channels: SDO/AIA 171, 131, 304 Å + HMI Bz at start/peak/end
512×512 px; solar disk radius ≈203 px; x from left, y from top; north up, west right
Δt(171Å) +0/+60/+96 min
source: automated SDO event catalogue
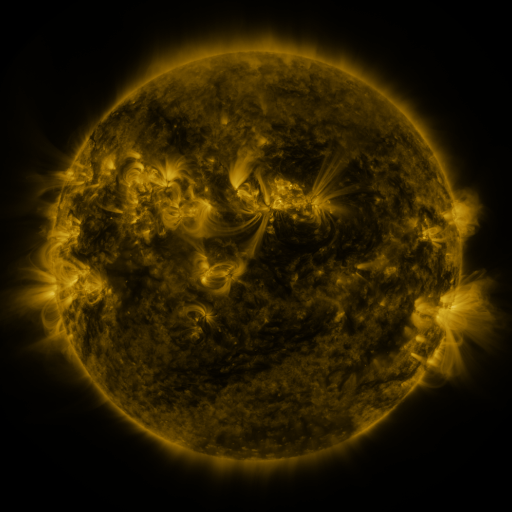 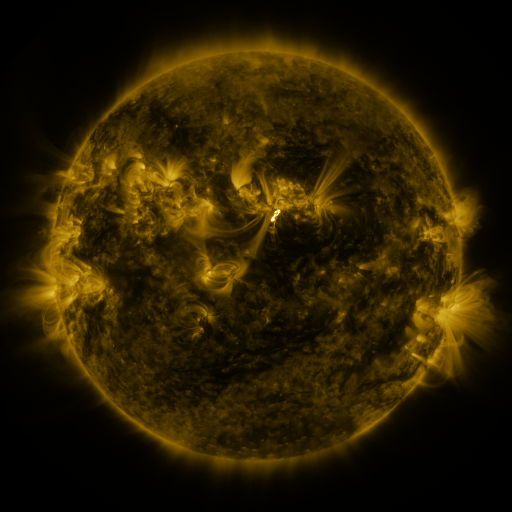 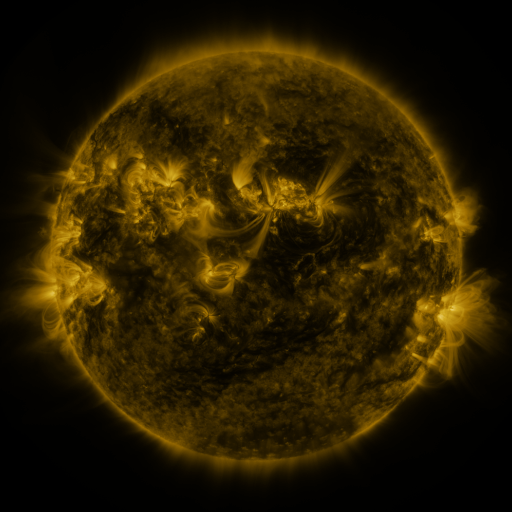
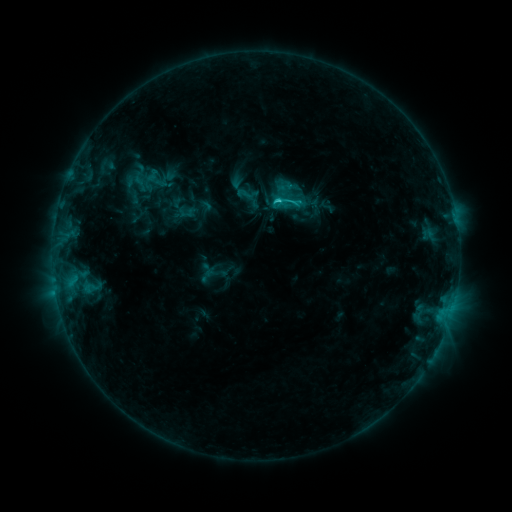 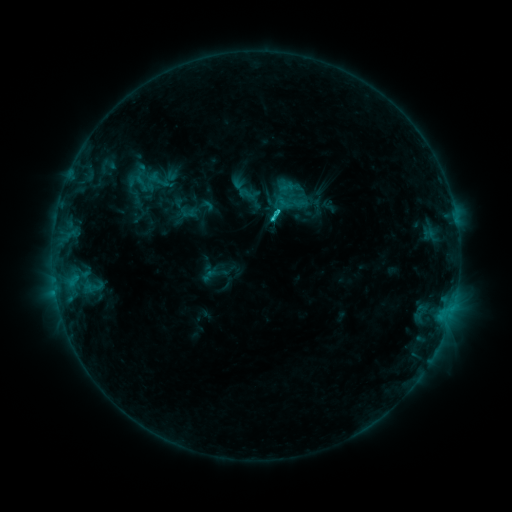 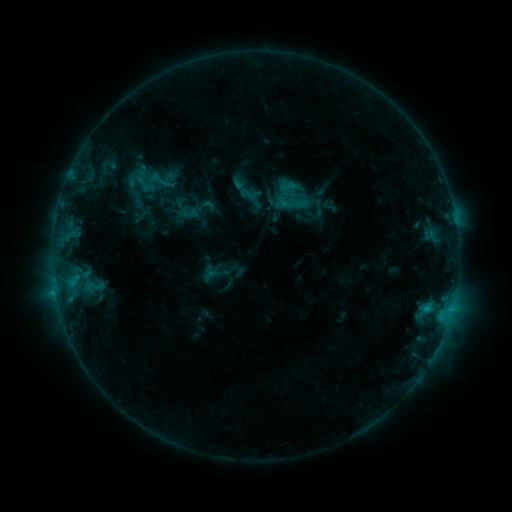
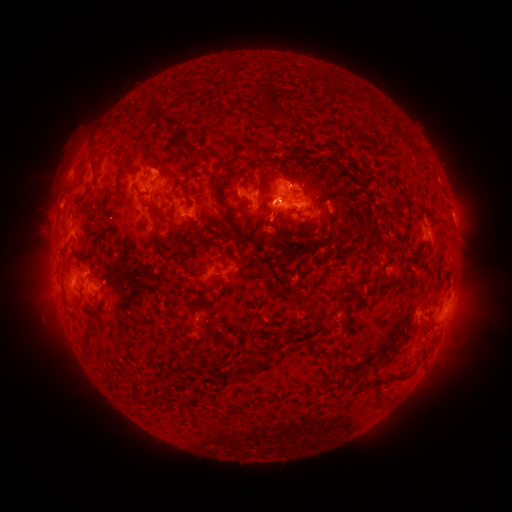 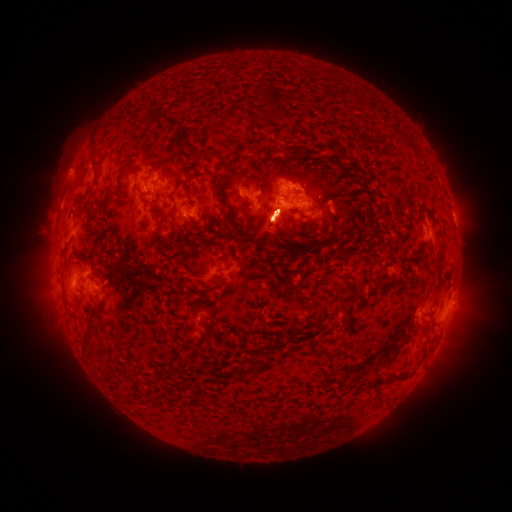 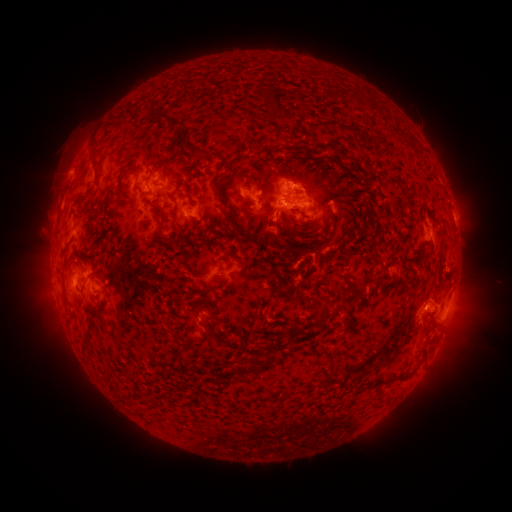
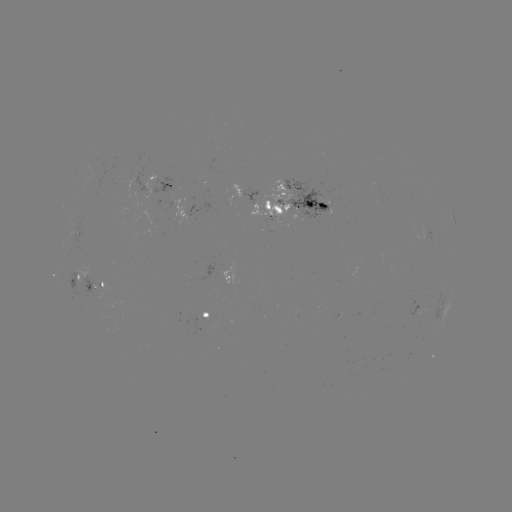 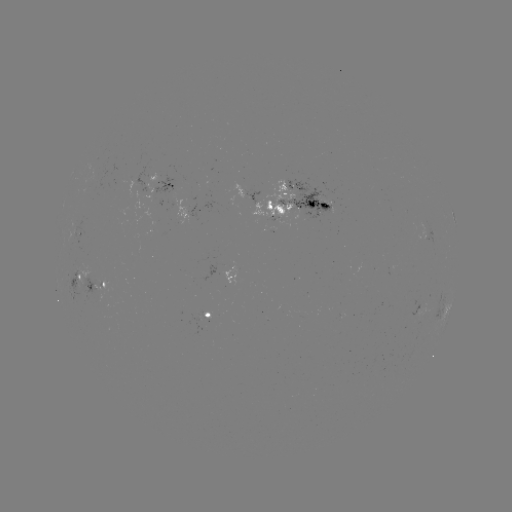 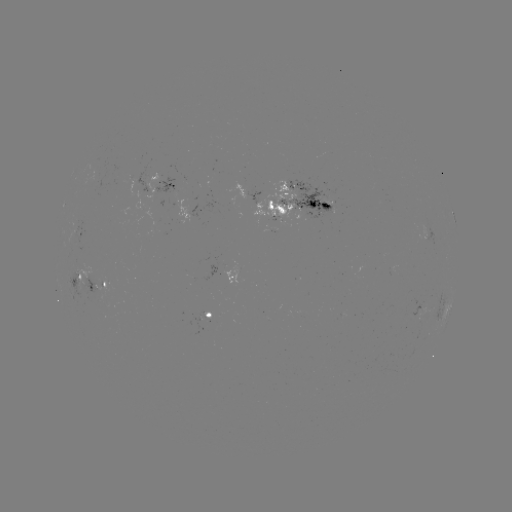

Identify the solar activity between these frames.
emerging-flux region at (298, 314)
